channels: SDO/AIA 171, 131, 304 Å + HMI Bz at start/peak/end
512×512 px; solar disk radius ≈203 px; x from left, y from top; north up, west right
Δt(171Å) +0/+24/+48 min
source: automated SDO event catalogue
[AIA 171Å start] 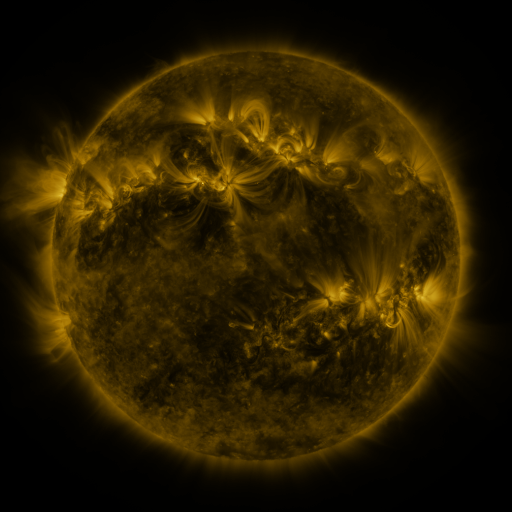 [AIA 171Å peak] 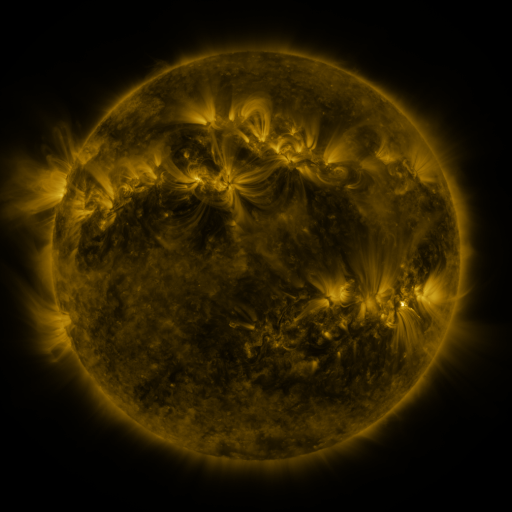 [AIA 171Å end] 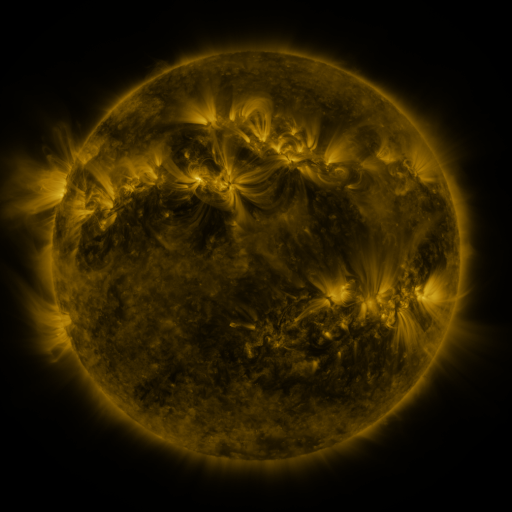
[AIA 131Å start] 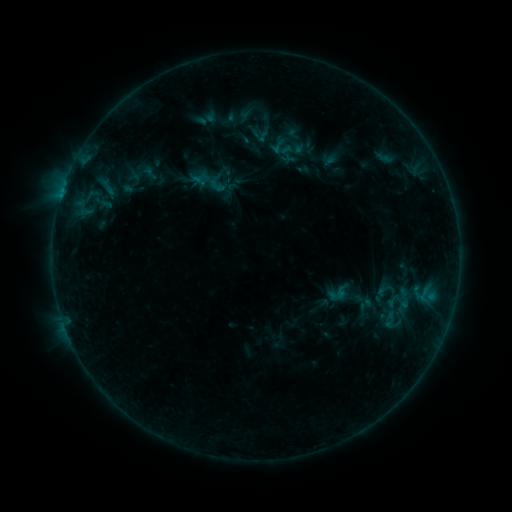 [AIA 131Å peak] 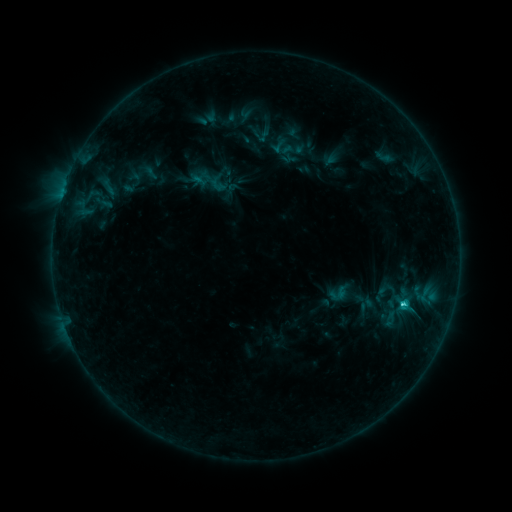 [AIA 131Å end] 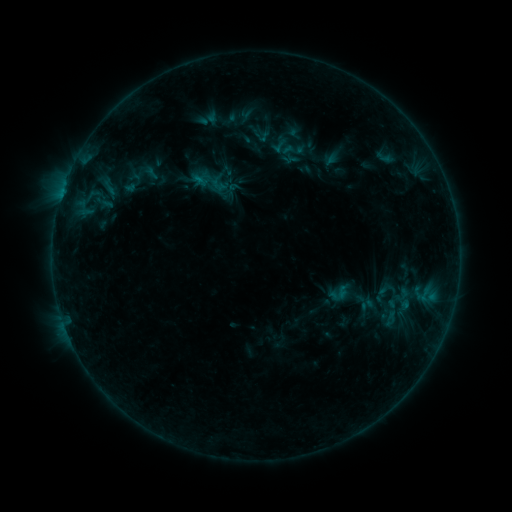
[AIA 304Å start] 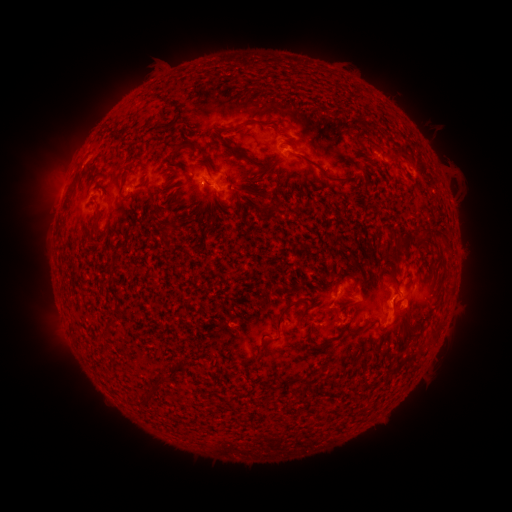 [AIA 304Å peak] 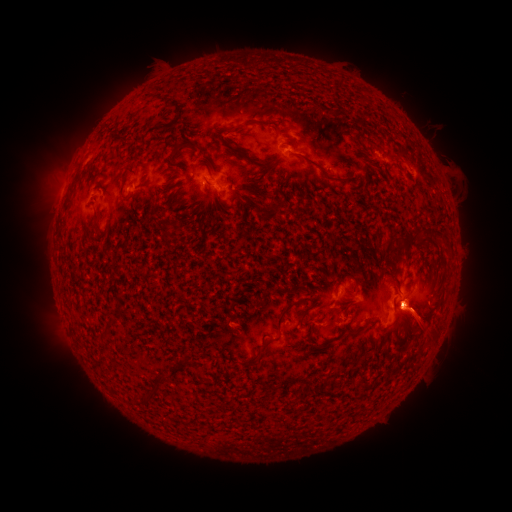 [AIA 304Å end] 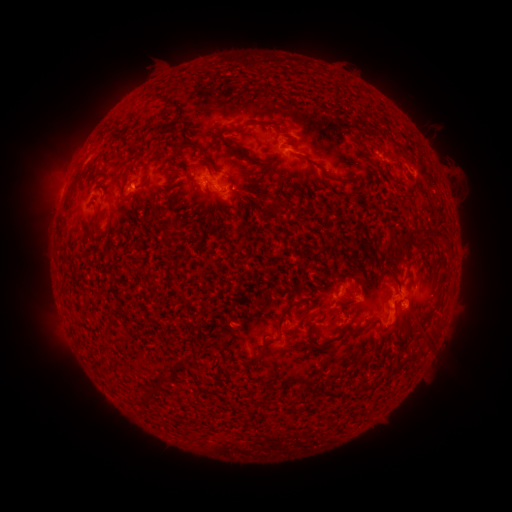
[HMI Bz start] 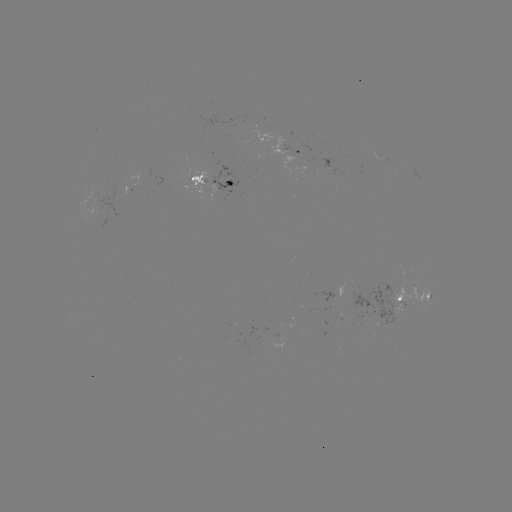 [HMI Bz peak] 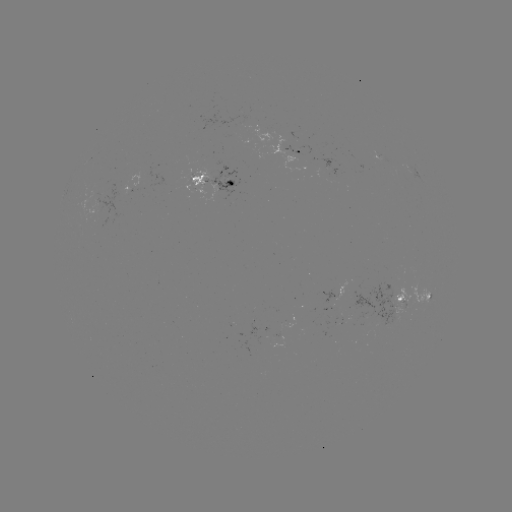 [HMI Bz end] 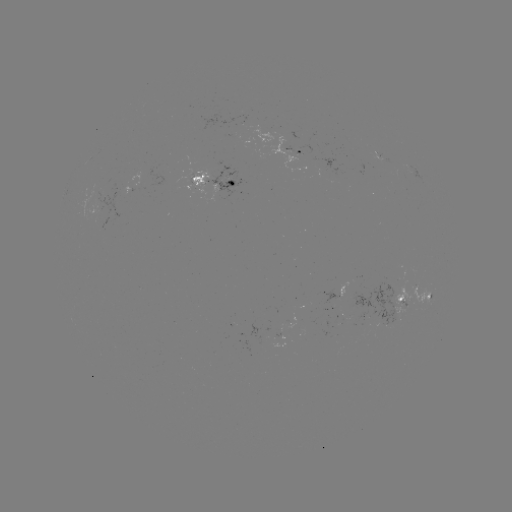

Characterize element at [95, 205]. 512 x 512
emerging-flux region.